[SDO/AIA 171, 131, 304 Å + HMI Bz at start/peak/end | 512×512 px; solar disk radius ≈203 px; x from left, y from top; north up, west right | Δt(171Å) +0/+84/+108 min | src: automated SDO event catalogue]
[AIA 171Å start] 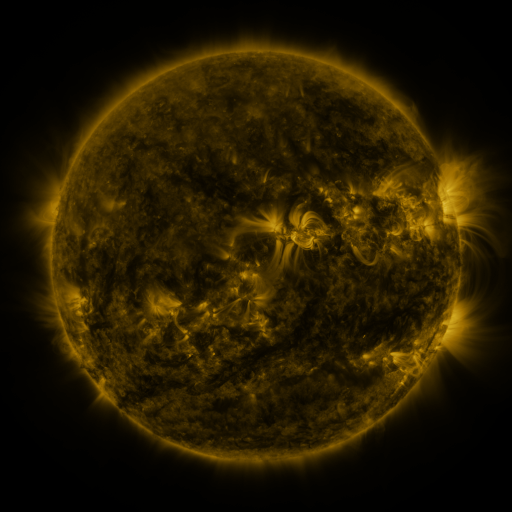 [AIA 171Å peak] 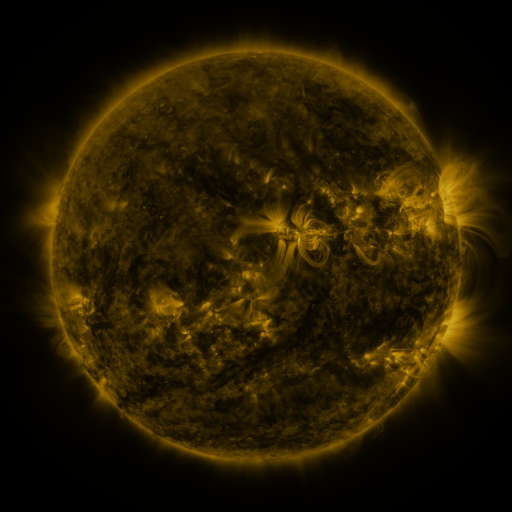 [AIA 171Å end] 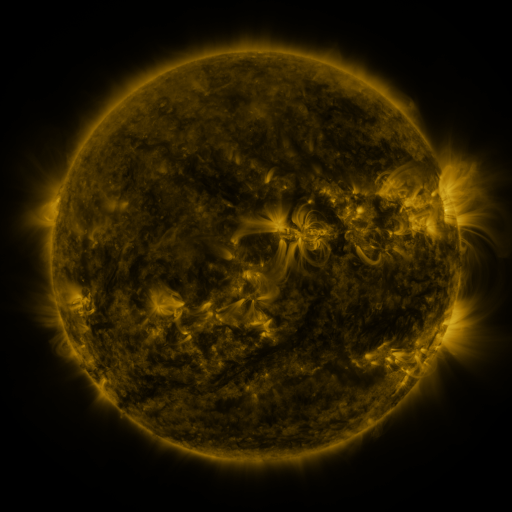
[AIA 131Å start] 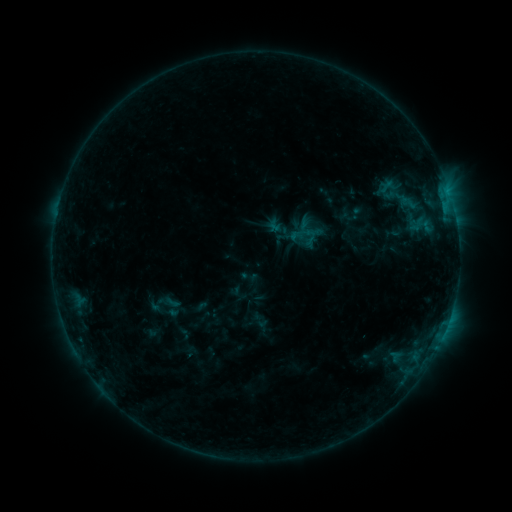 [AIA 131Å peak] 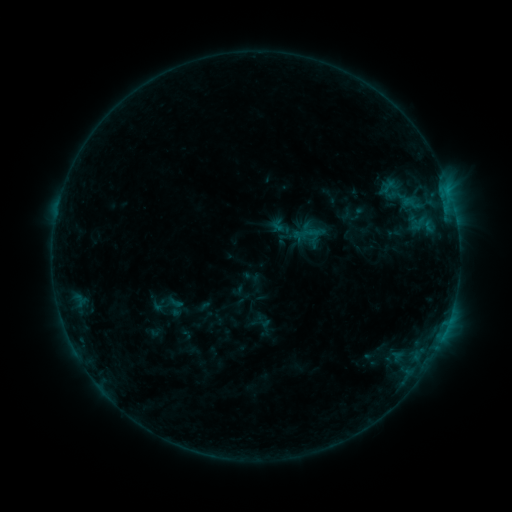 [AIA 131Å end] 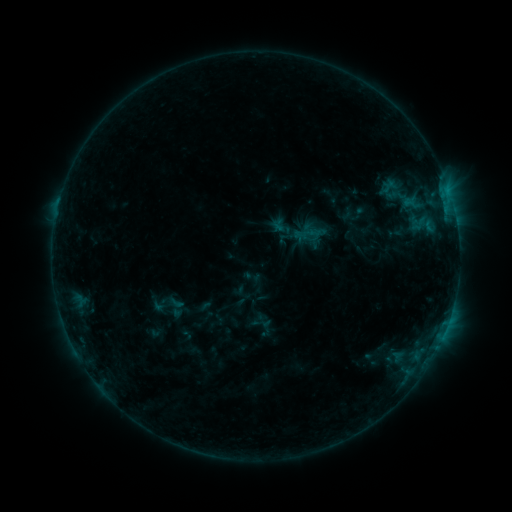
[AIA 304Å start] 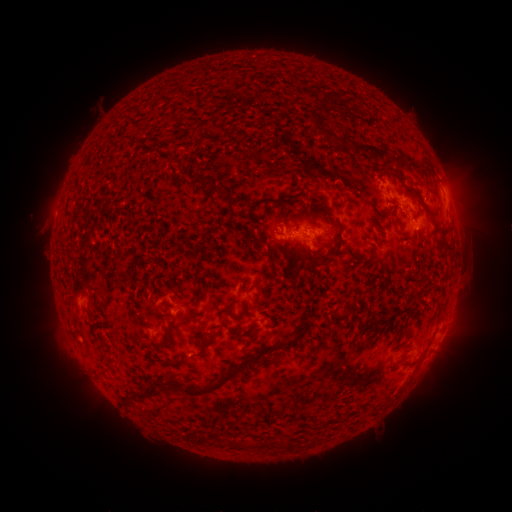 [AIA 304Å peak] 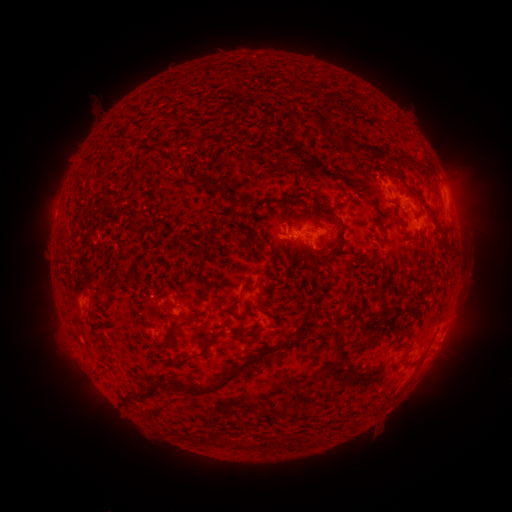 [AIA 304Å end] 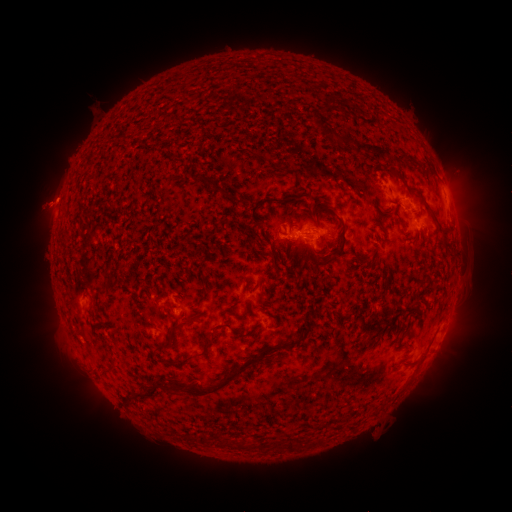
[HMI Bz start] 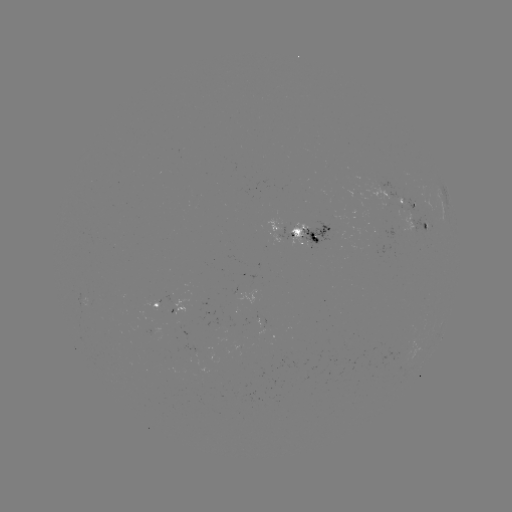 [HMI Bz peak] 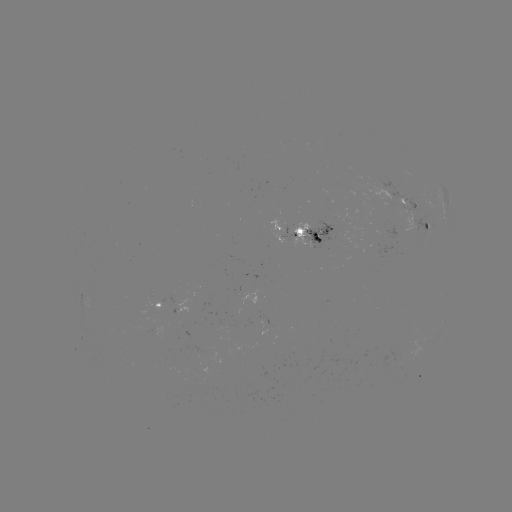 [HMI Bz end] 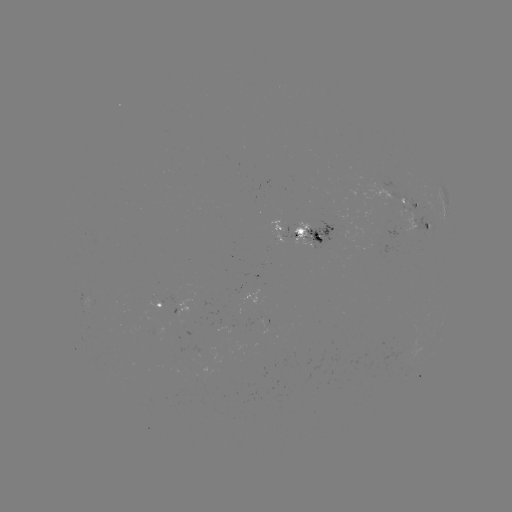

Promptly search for emerging-flux region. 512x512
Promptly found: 314,239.